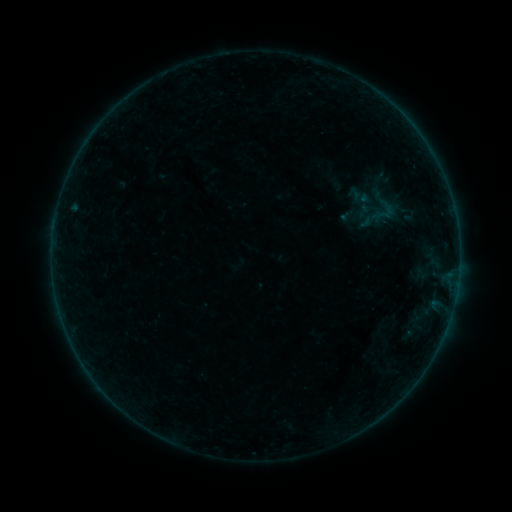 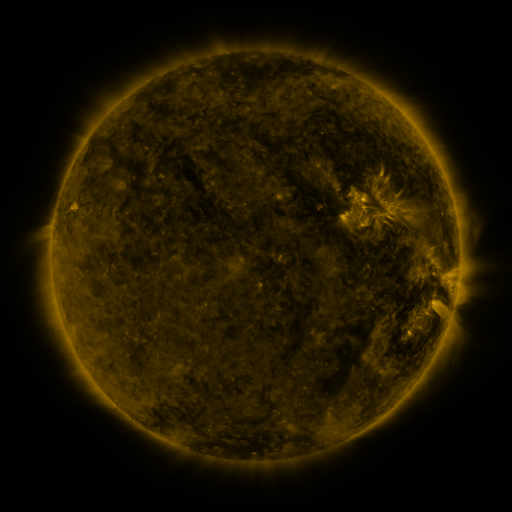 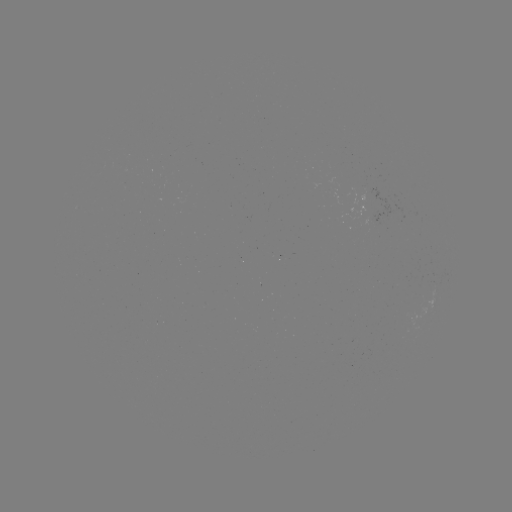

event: sigmoid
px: (384, 211)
